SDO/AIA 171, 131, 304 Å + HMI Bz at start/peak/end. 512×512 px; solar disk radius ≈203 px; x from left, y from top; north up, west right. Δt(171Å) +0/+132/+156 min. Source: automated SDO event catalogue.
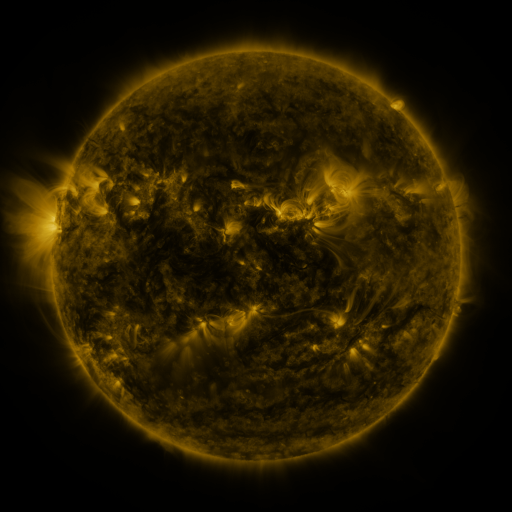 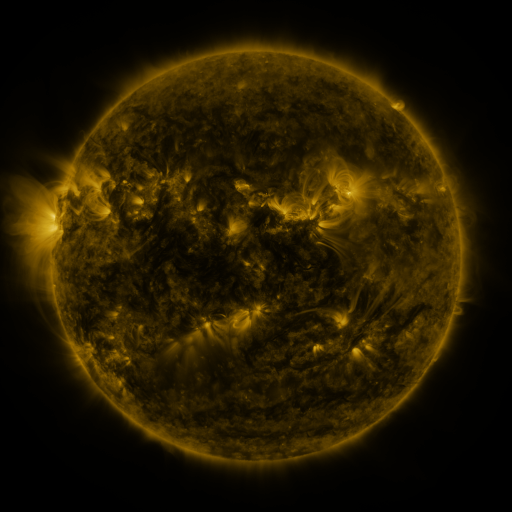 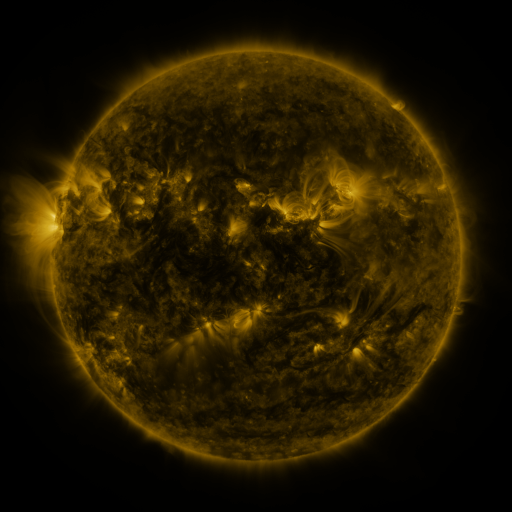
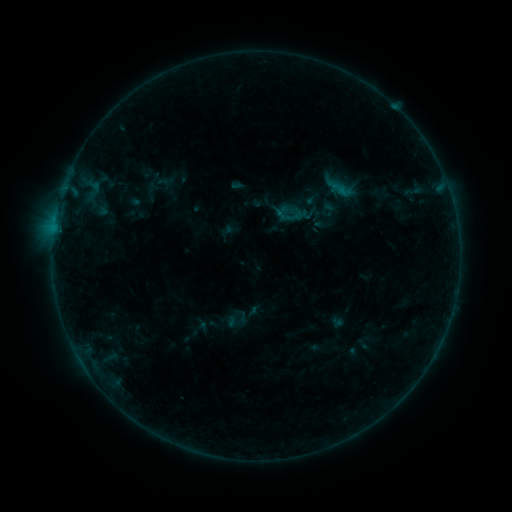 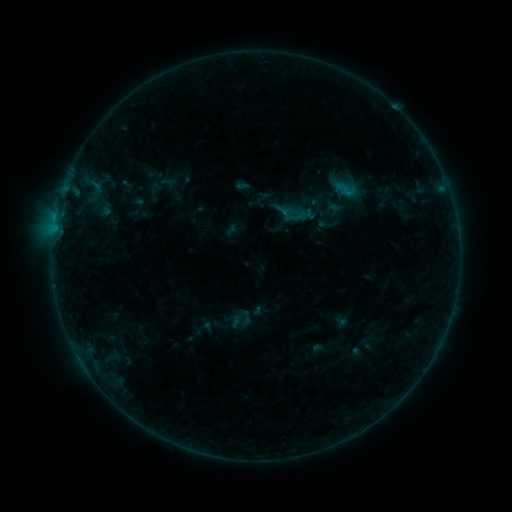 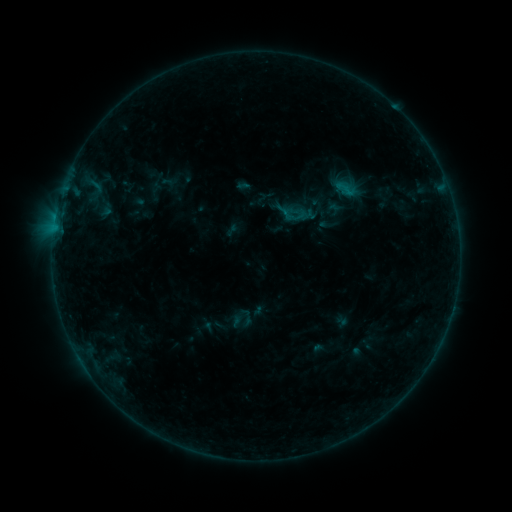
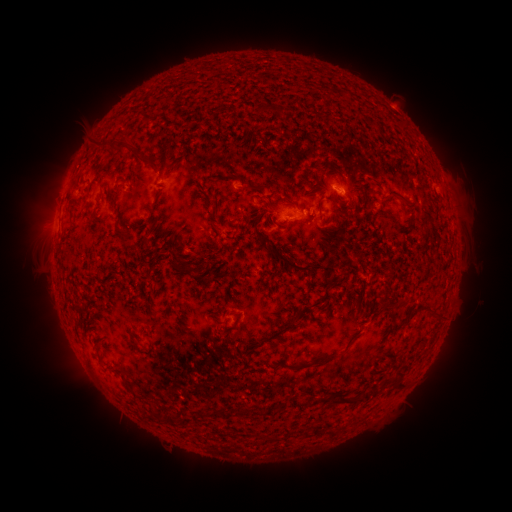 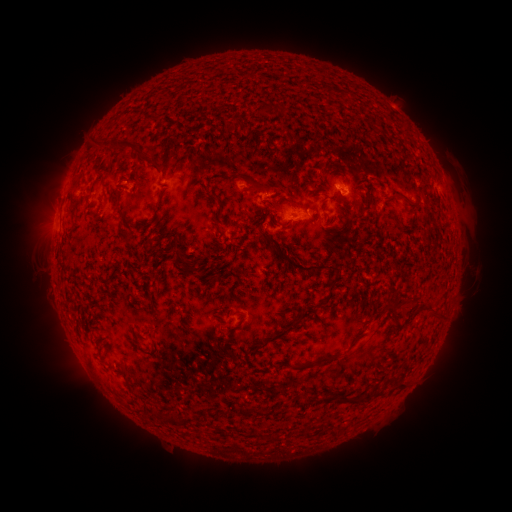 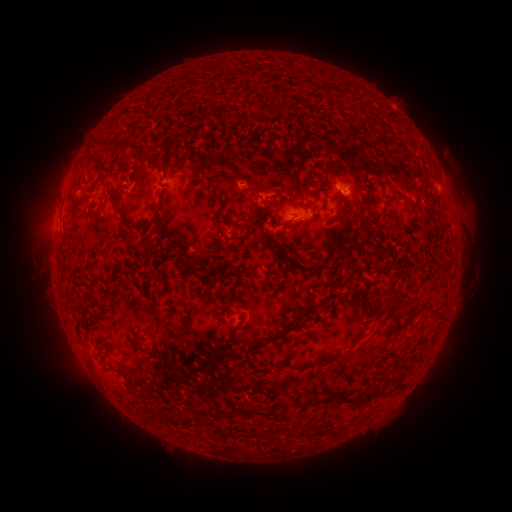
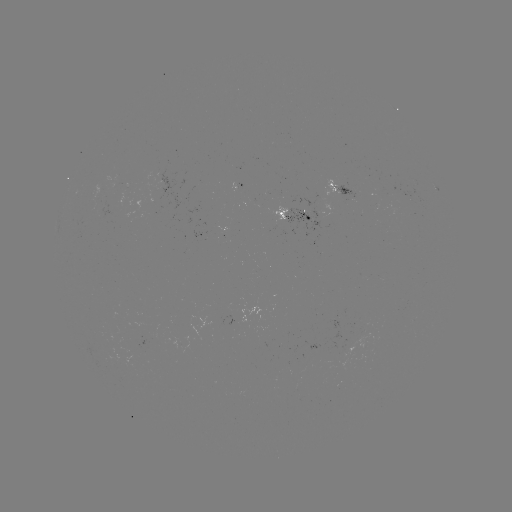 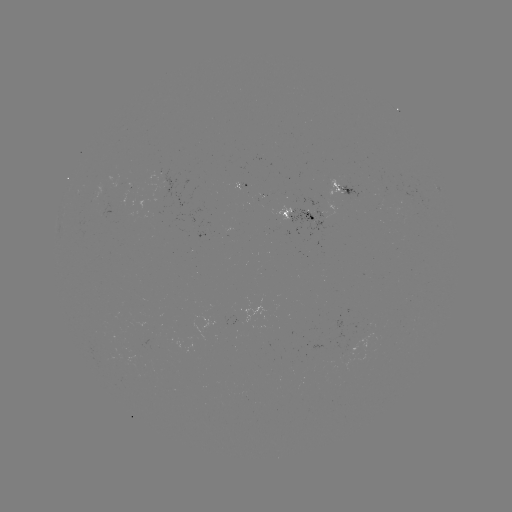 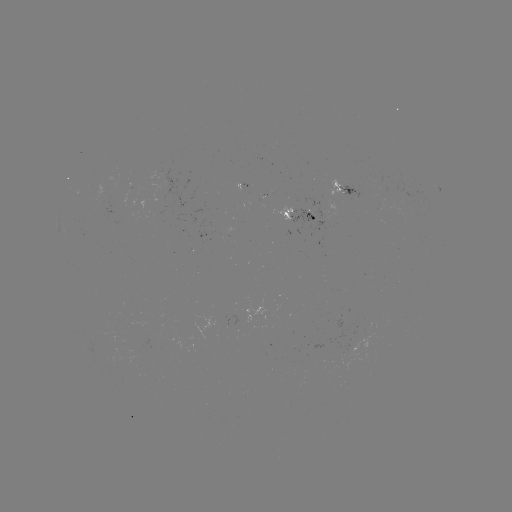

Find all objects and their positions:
emerging-flux region: (102, 190)
